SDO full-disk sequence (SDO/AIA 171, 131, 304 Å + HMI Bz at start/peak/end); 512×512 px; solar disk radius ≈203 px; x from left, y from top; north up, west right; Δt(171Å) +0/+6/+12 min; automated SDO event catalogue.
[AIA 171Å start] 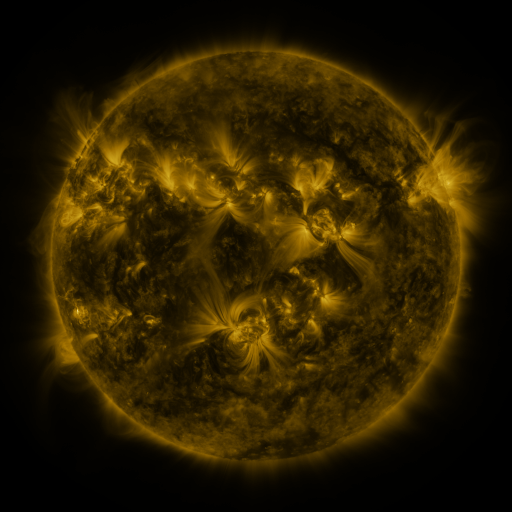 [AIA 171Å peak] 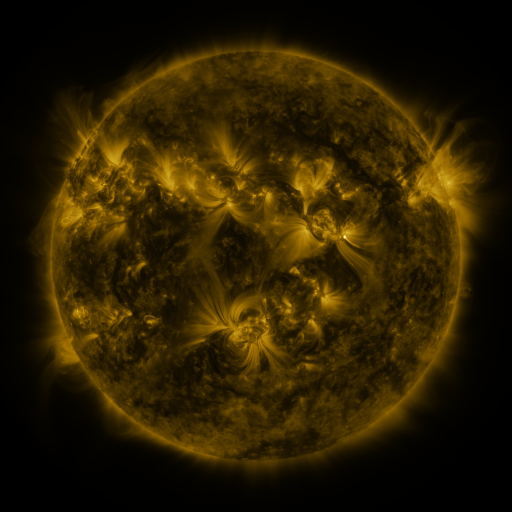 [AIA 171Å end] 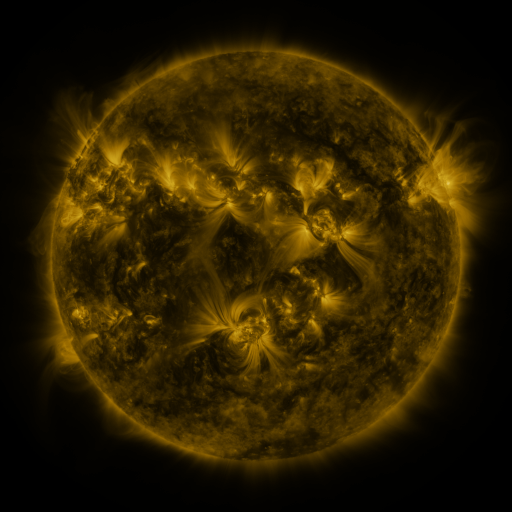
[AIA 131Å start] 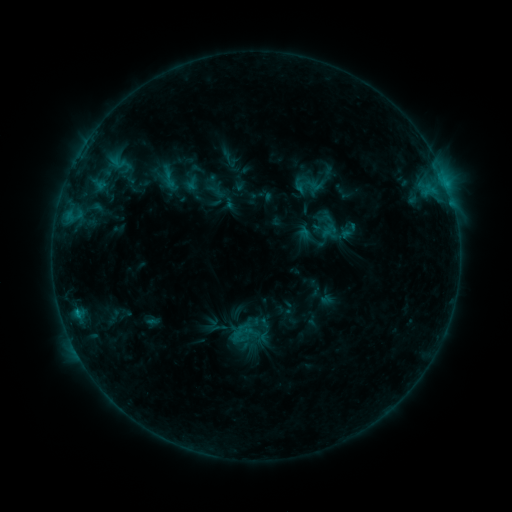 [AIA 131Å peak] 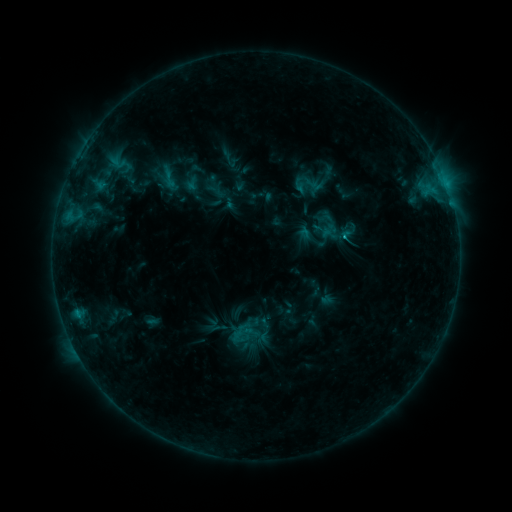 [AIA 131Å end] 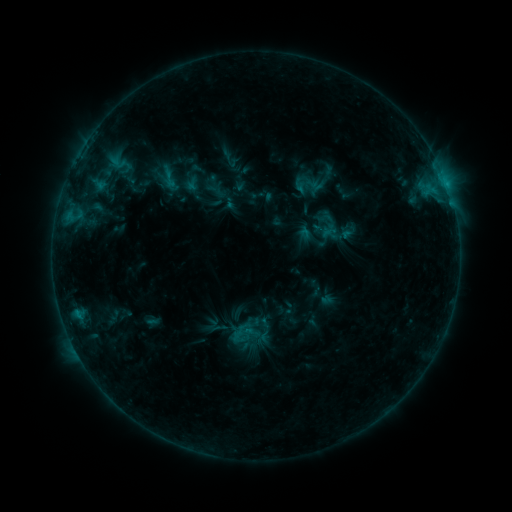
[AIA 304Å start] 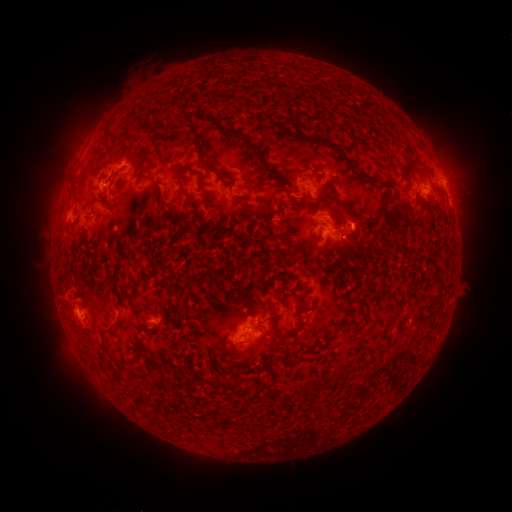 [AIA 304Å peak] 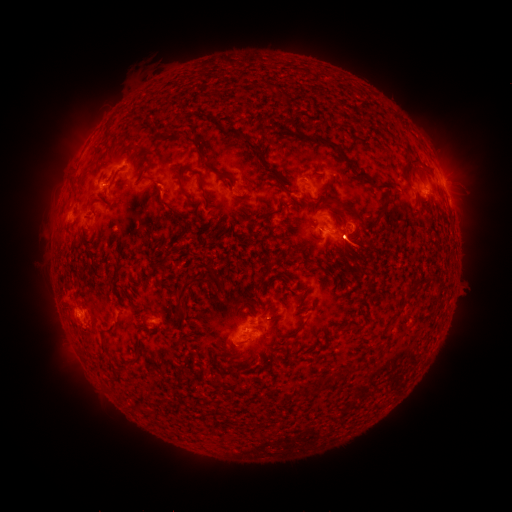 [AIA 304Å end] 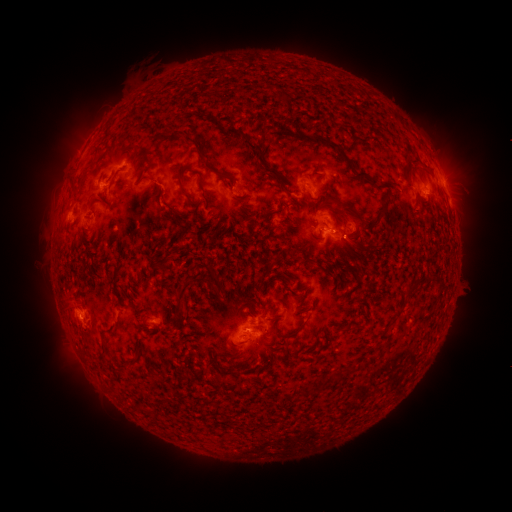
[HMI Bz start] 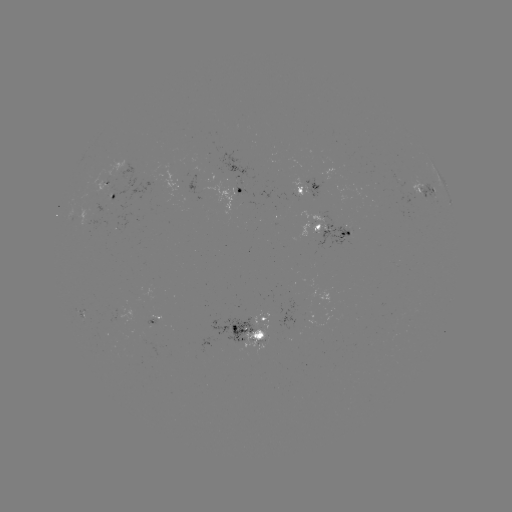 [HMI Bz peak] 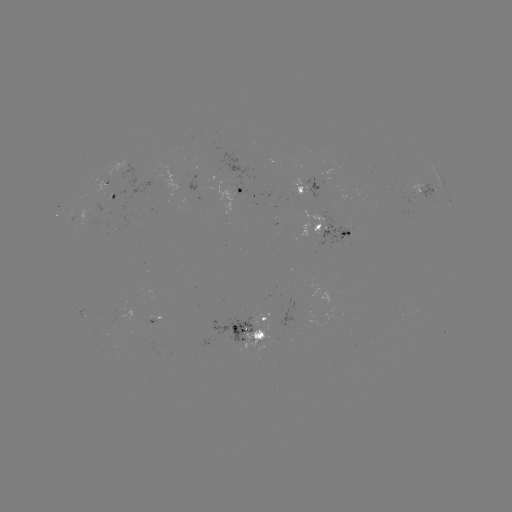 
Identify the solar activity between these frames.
eruption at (355, 247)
